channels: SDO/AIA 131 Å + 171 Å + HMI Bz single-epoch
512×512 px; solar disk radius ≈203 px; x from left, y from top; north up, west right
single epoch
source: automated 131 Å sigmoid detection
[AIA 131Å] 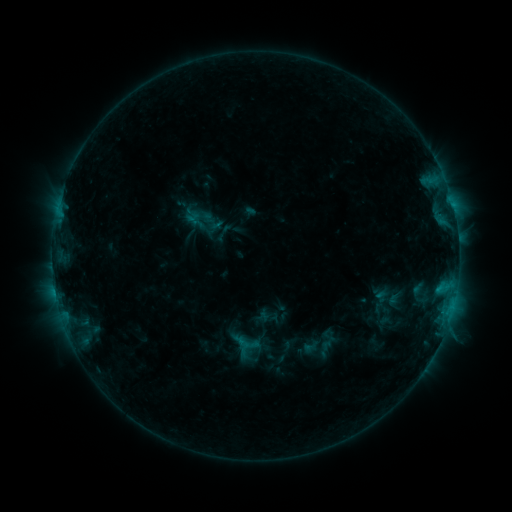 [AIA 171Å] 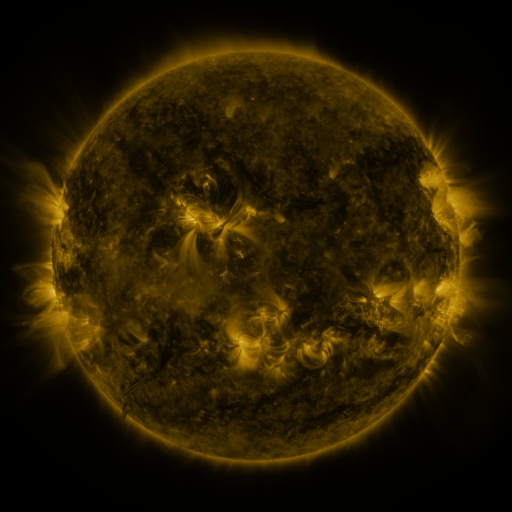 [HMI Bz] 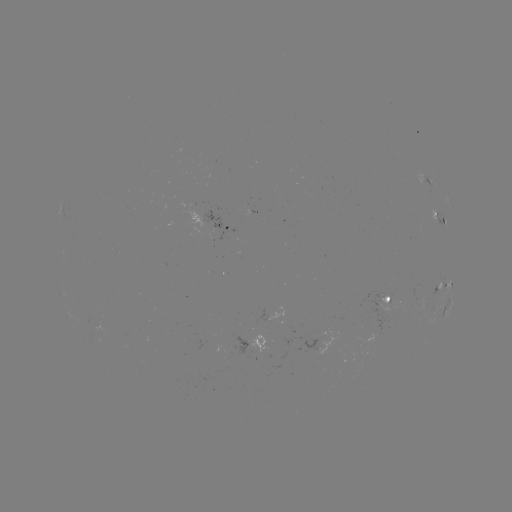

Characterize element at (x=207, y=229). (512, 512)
sigmoid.